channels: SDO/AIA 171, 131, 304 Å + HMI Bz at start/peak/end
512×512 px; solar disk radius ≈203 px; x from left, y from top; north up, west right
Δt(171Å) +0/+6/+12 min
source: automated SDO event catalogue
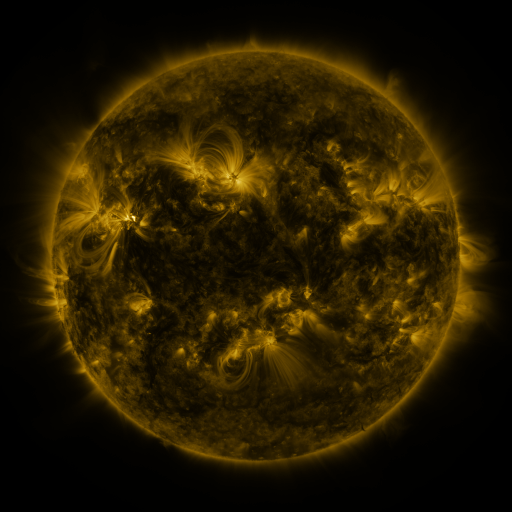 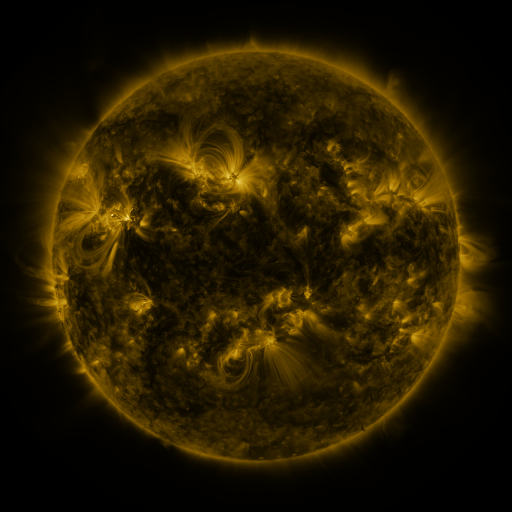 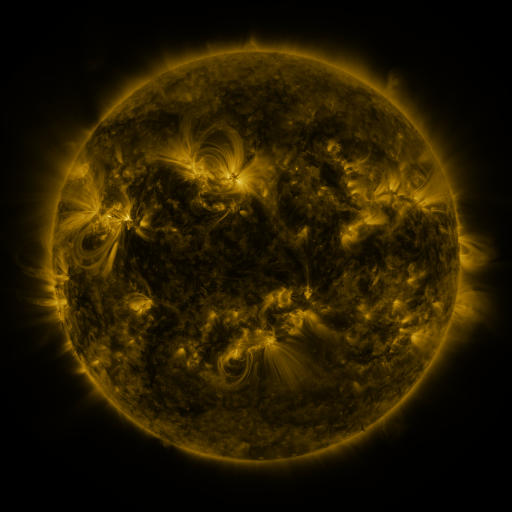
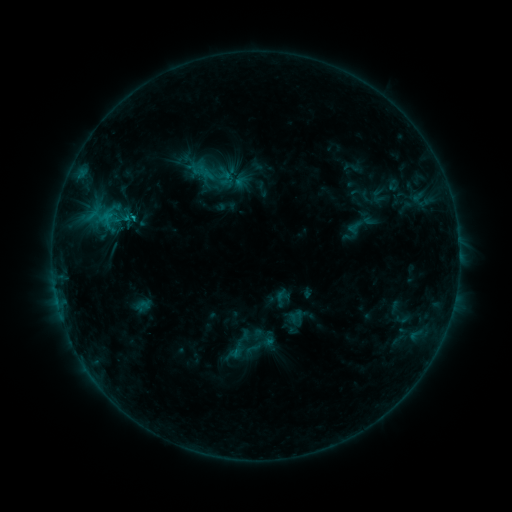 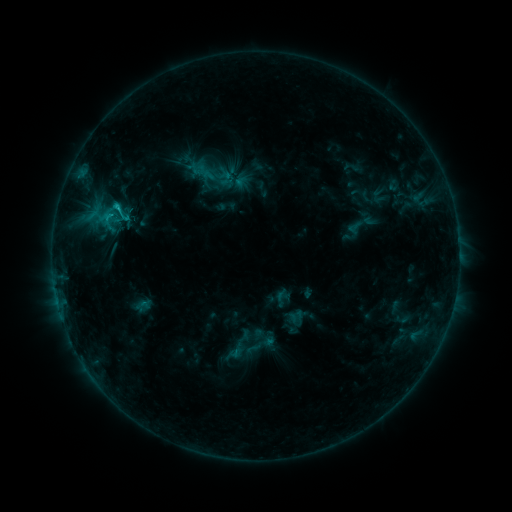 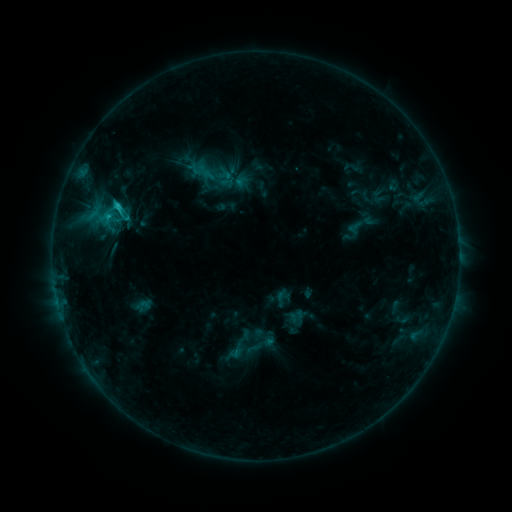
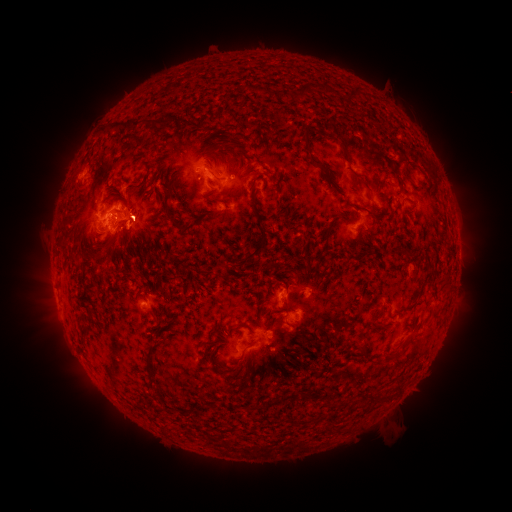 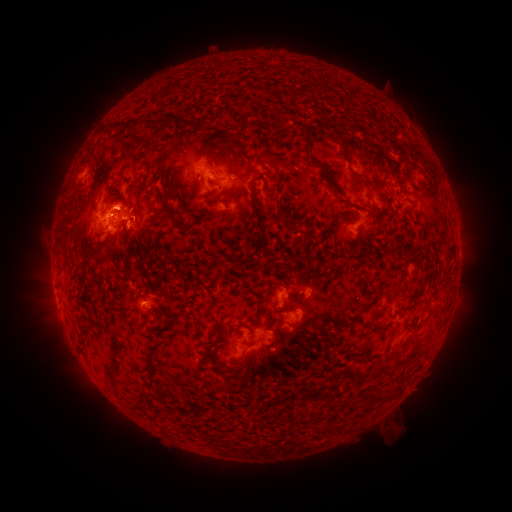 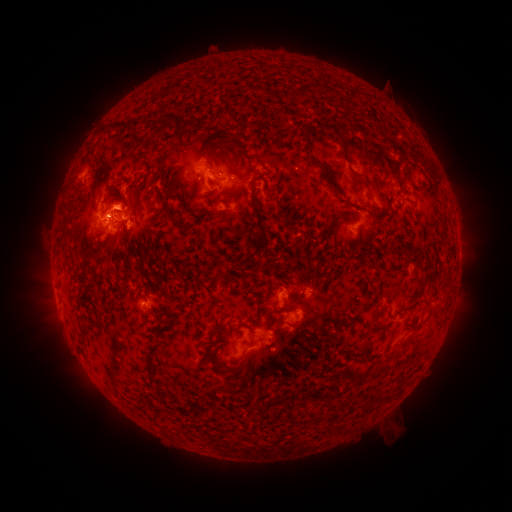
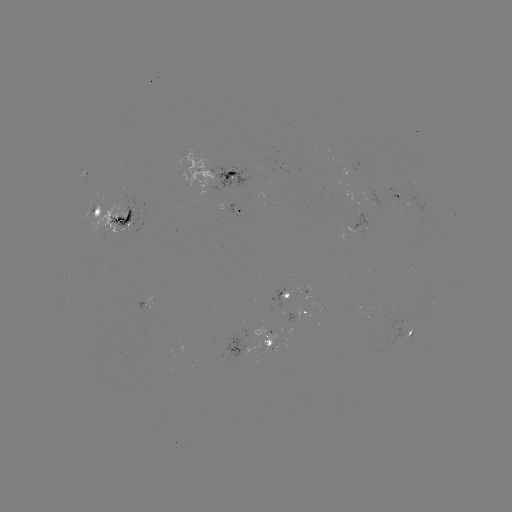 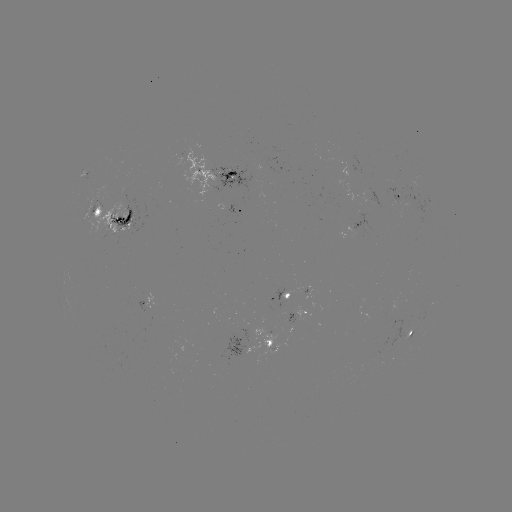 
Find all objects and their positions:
C1.7 flare: (119, 210)
